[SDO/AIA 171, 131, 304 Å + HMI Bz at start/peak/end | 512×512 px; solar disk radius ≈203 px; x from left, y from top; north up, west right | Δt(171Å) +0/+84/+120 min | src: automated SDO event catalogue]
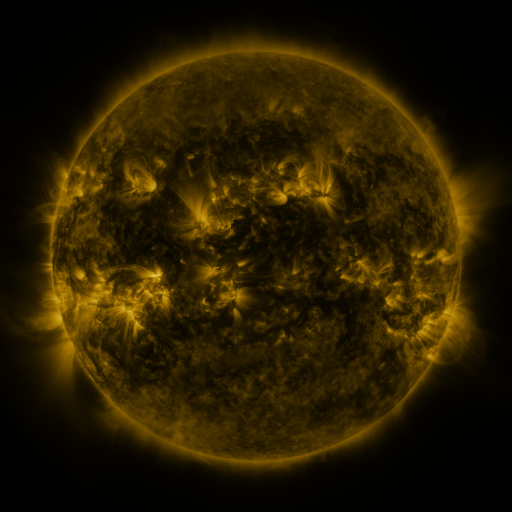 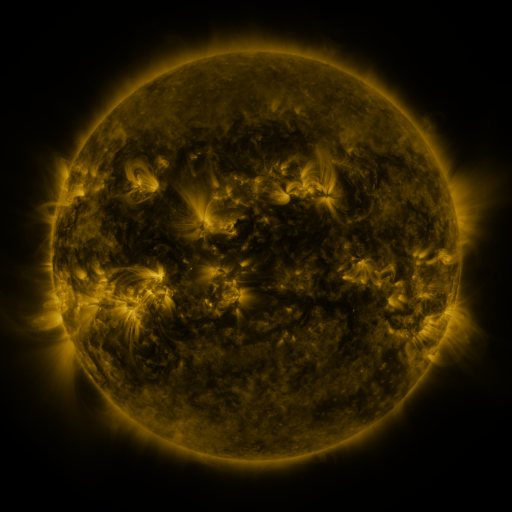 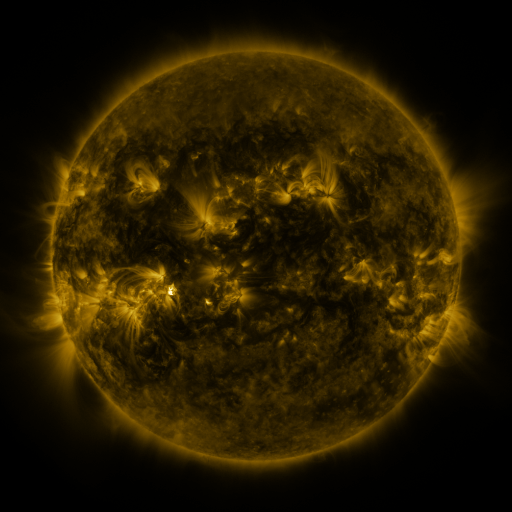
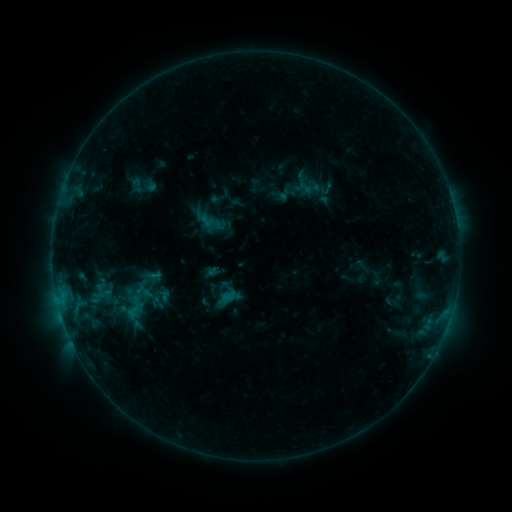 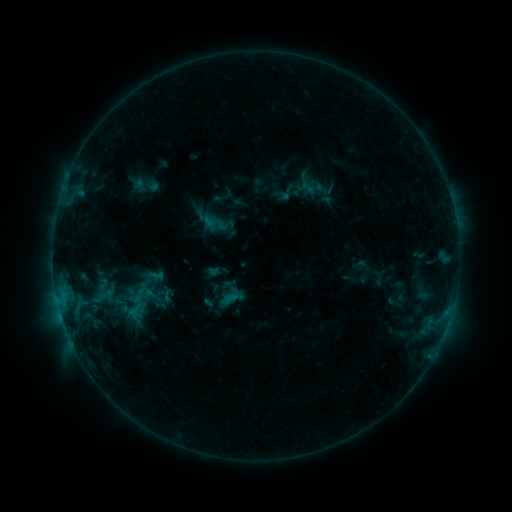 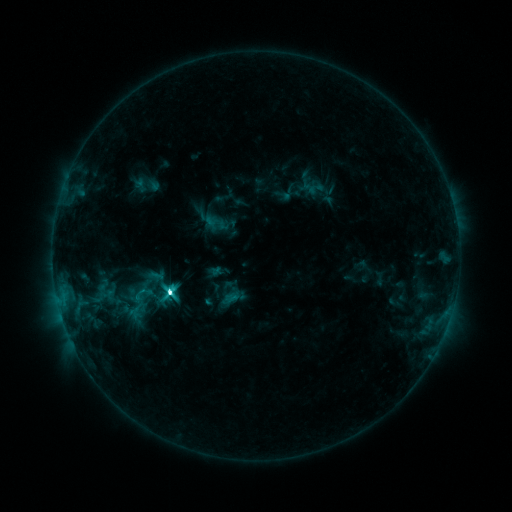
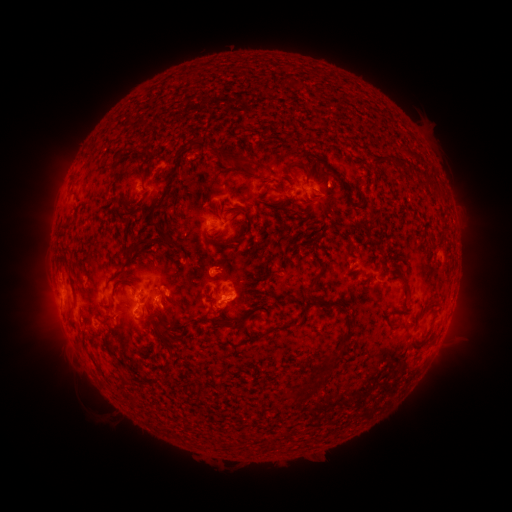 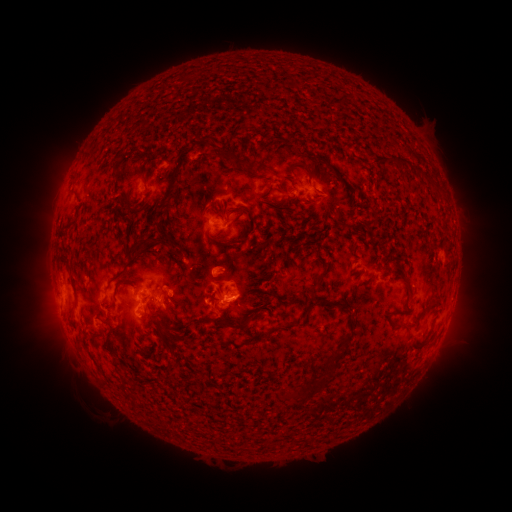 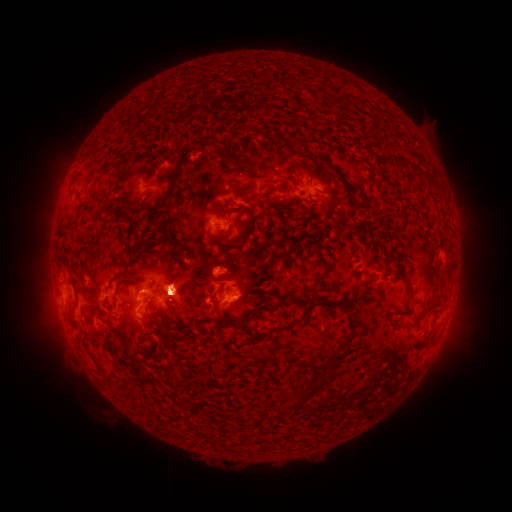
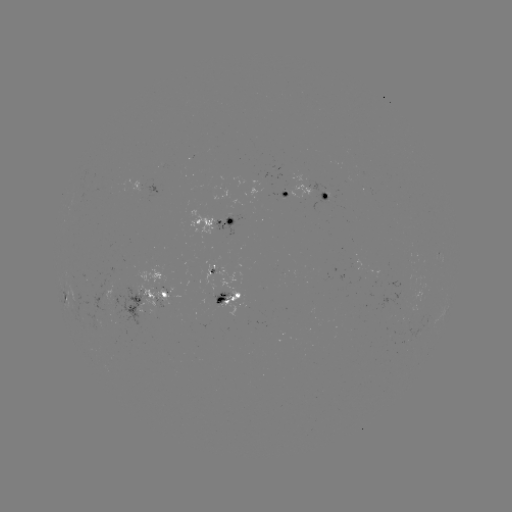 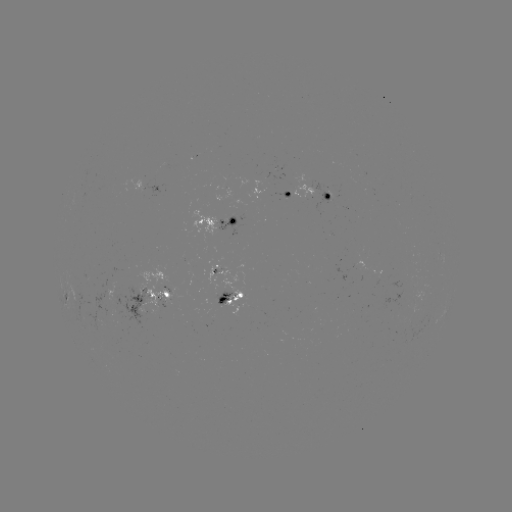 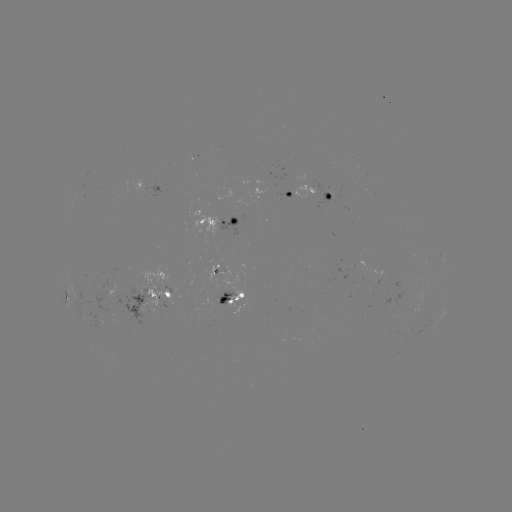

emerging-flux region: <bbox>109, 286, 161, 324</bbox>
